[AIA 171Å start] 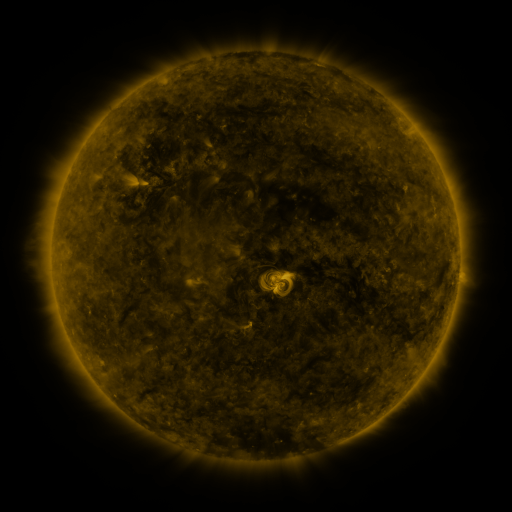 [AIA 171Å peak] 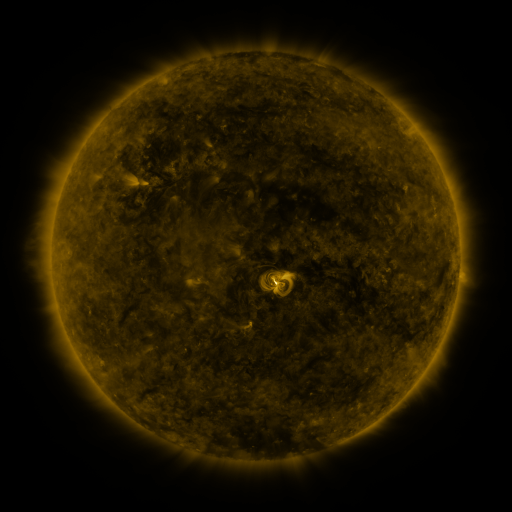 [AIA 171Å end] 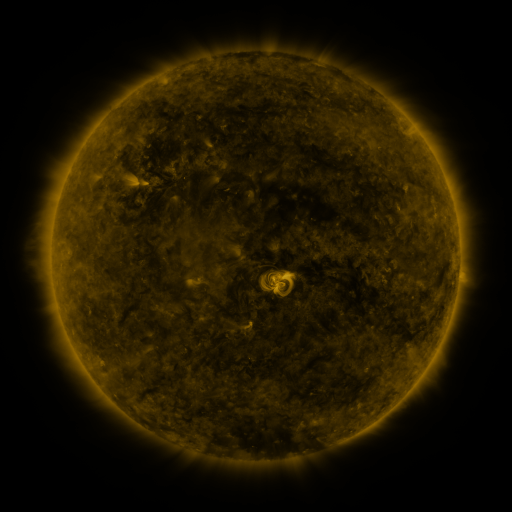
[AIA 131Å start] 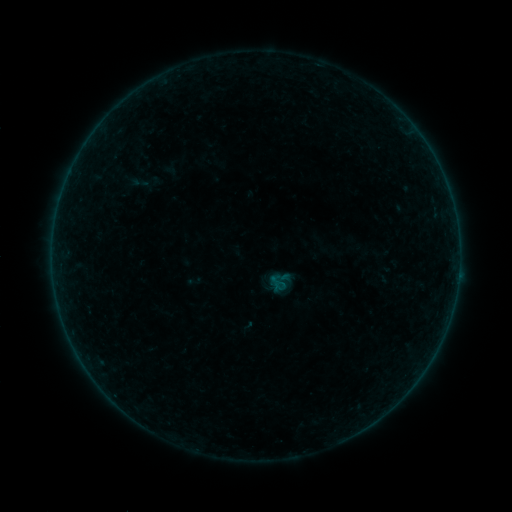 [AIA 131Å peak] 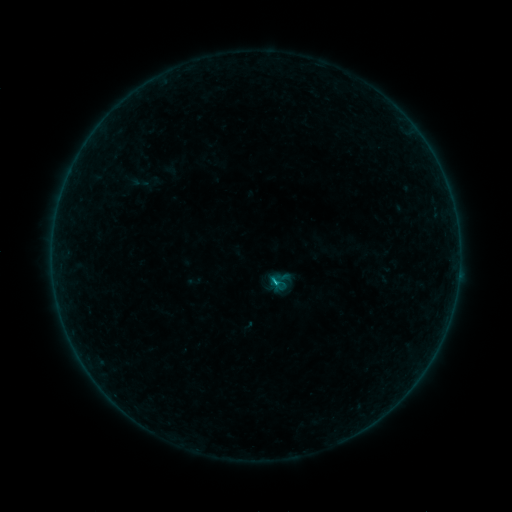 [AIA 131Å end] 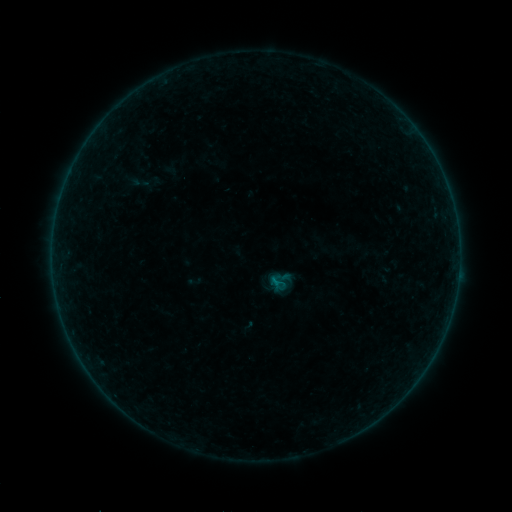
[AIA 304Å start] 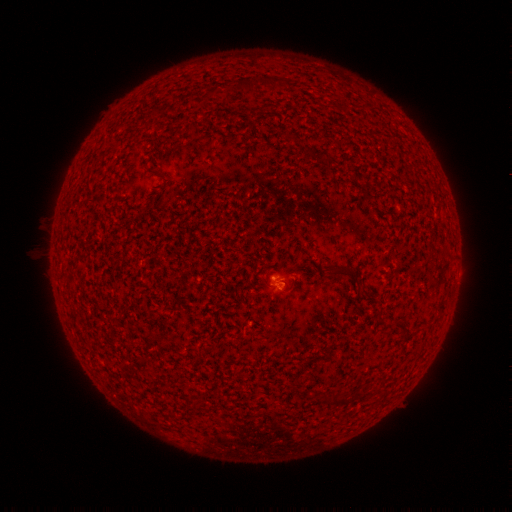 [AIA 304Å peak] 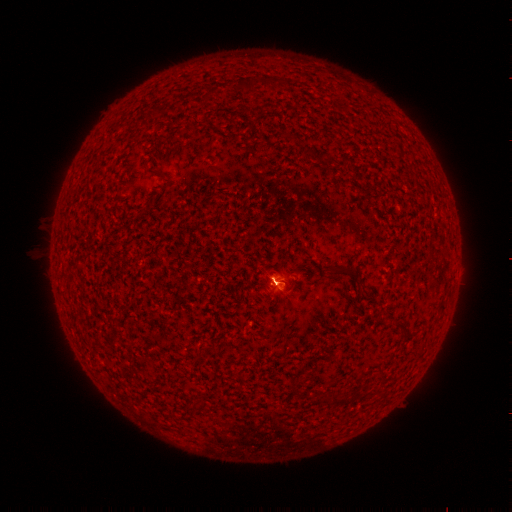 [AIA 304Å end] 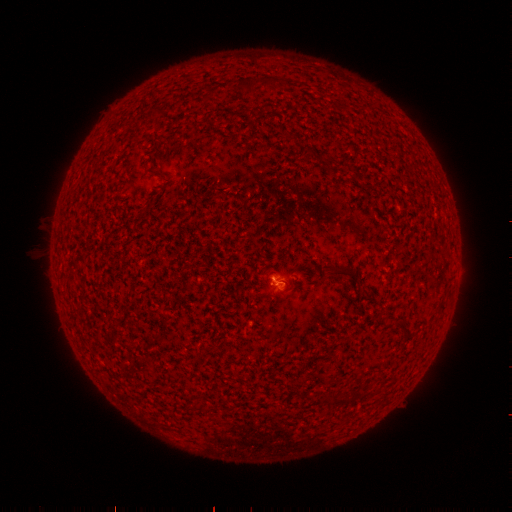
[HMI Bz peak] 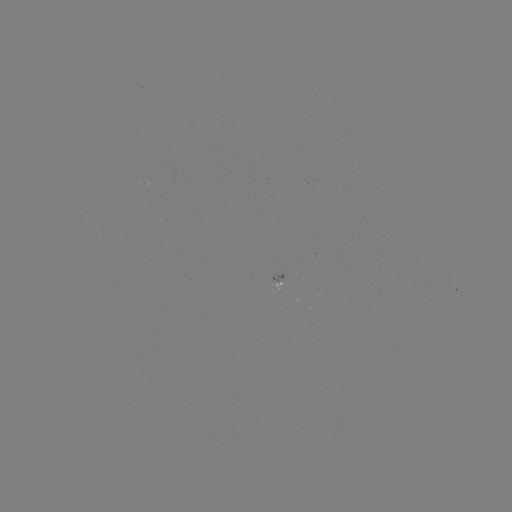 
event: flare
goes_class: B4.0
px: (273, 281)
